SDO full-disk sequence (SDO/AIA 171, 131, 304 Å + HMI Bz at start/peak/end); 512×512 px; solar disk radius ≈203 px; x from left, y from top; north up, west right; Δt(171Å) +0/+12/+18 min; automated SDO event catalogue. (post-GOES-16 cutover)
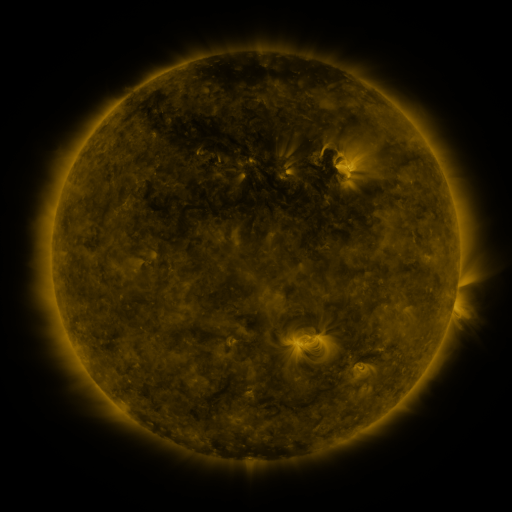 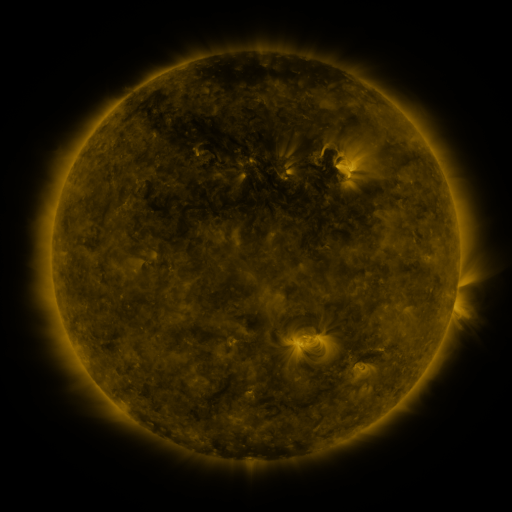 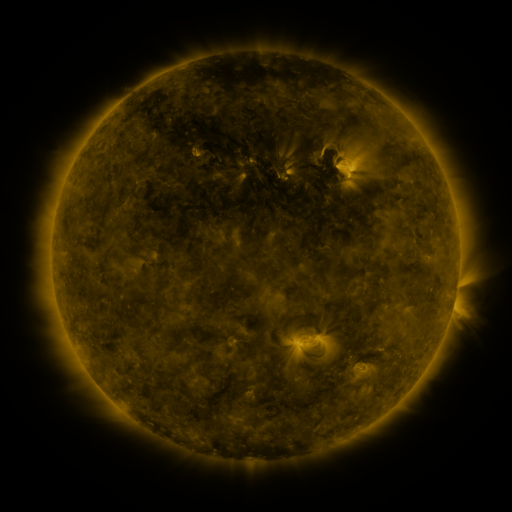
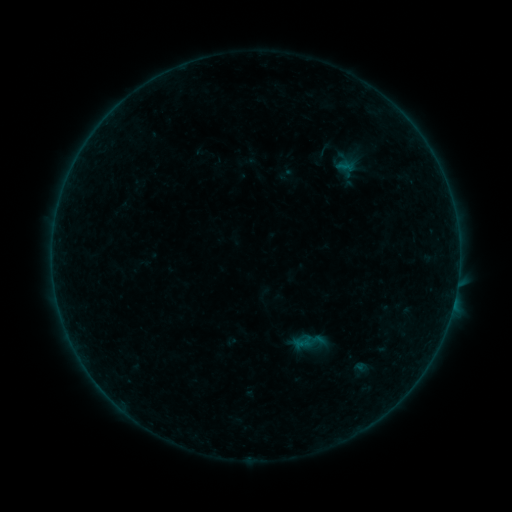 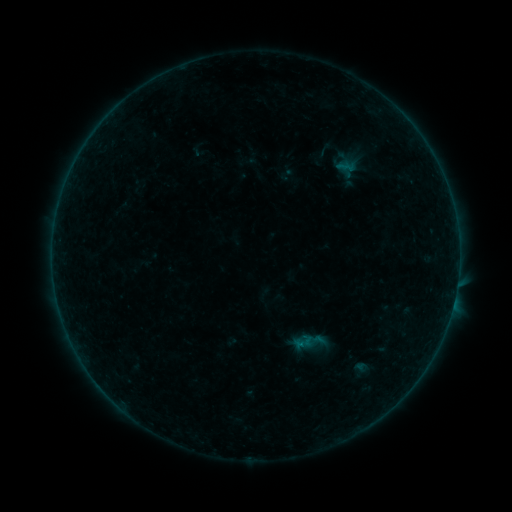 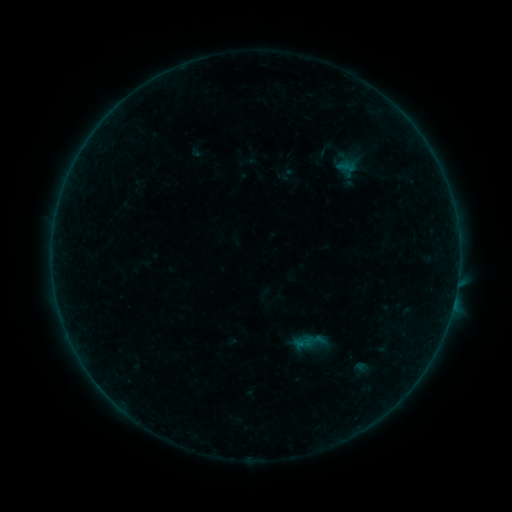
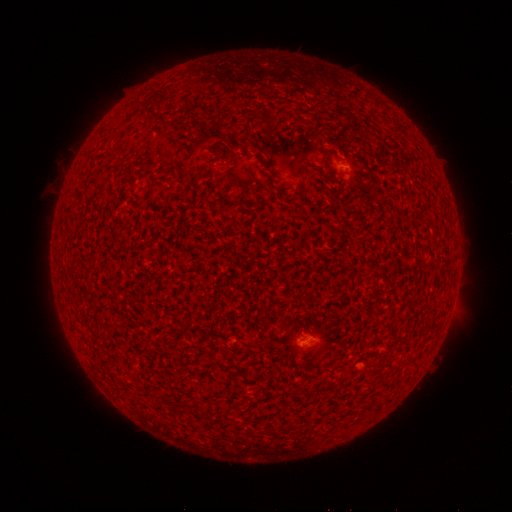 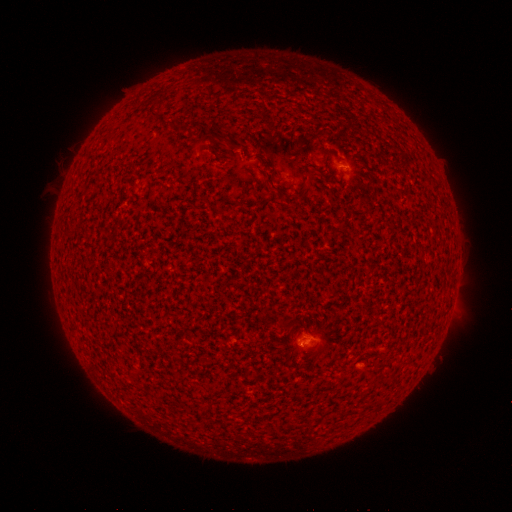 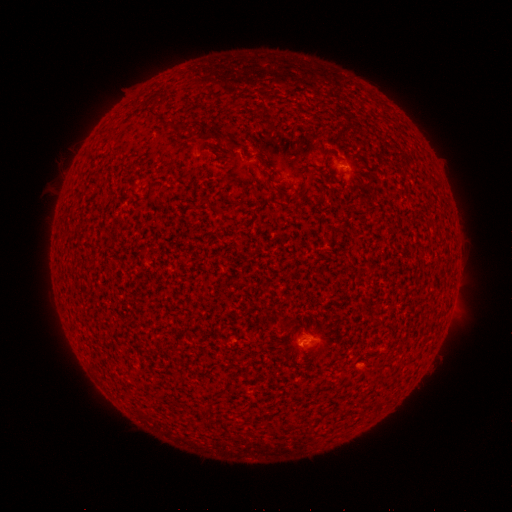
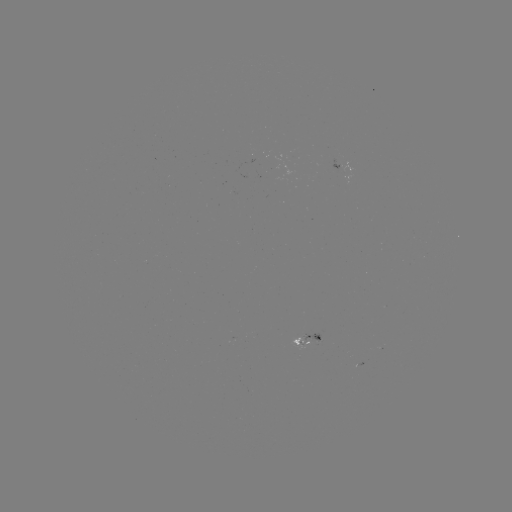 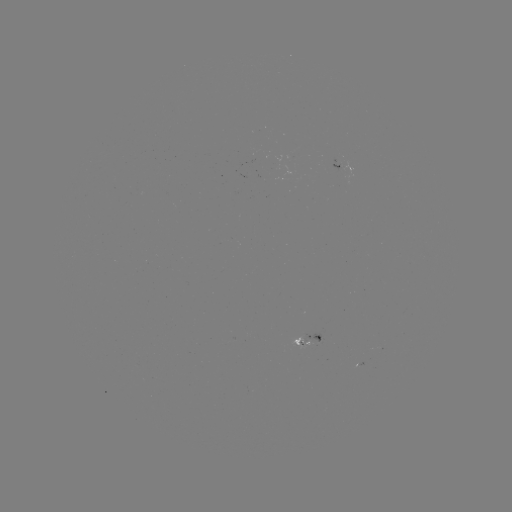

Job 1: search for B1.6 flare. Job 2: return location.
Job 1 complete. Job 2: (298, 344).